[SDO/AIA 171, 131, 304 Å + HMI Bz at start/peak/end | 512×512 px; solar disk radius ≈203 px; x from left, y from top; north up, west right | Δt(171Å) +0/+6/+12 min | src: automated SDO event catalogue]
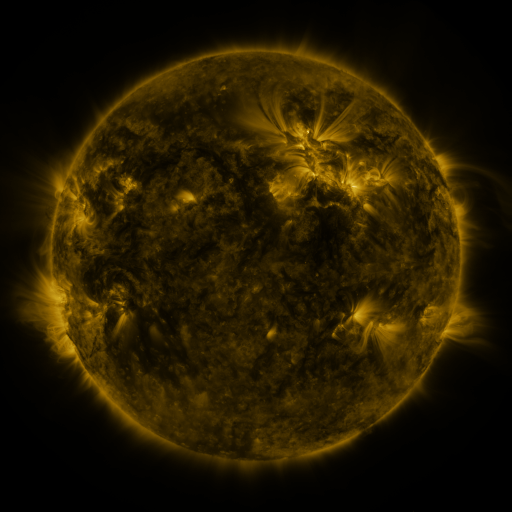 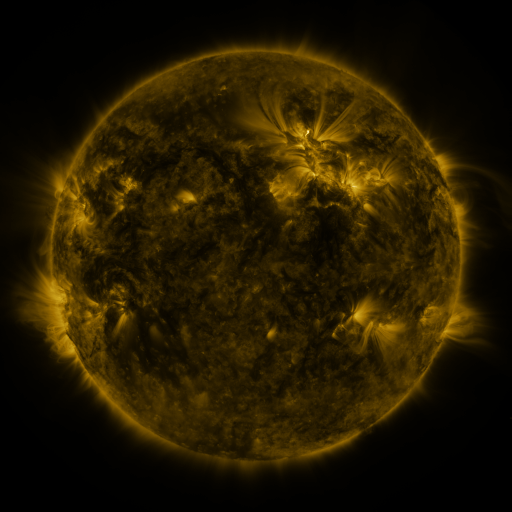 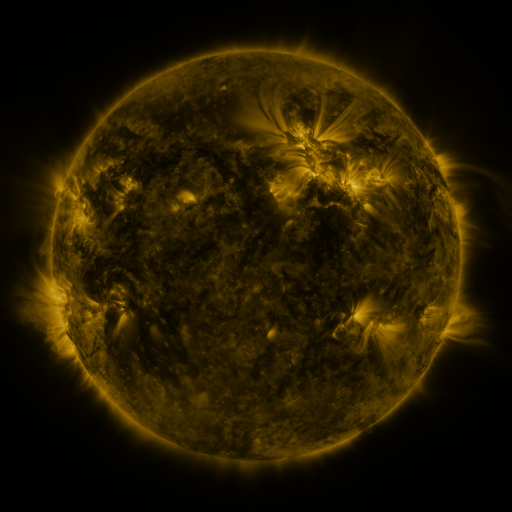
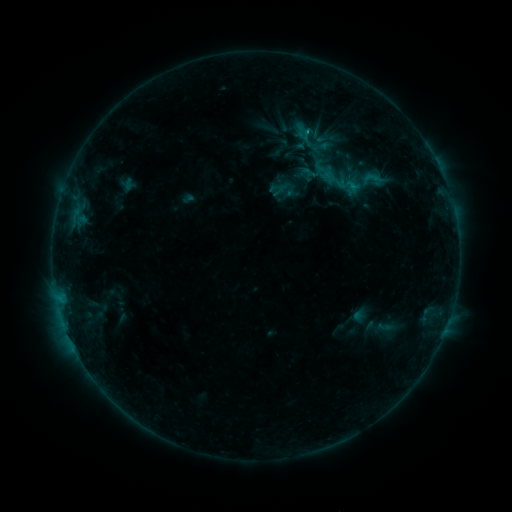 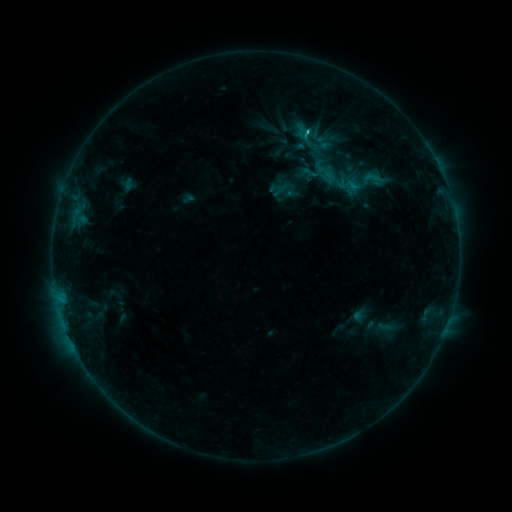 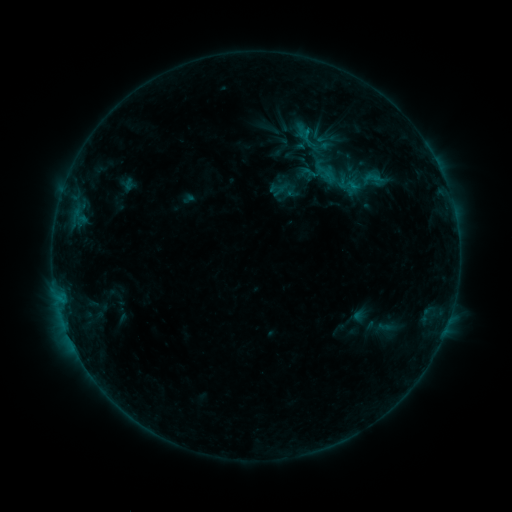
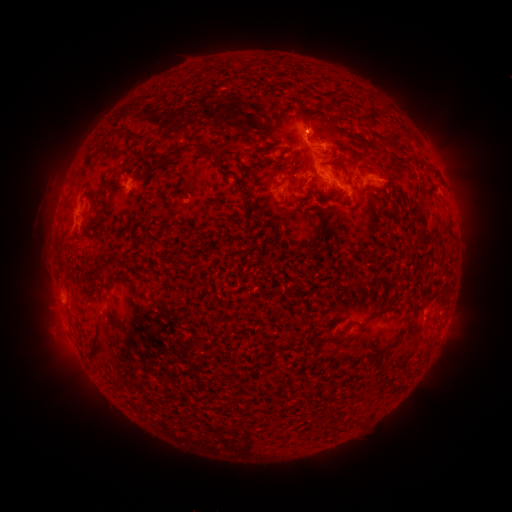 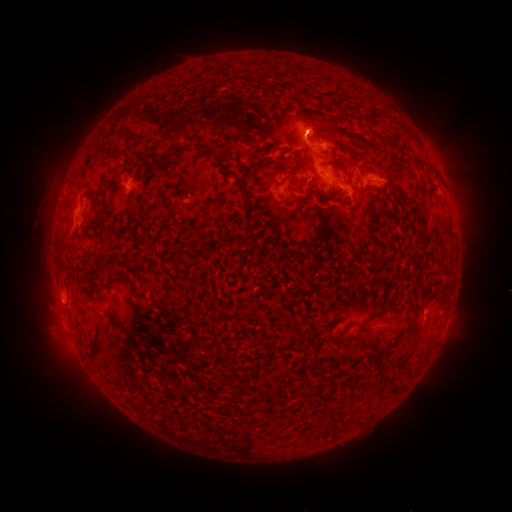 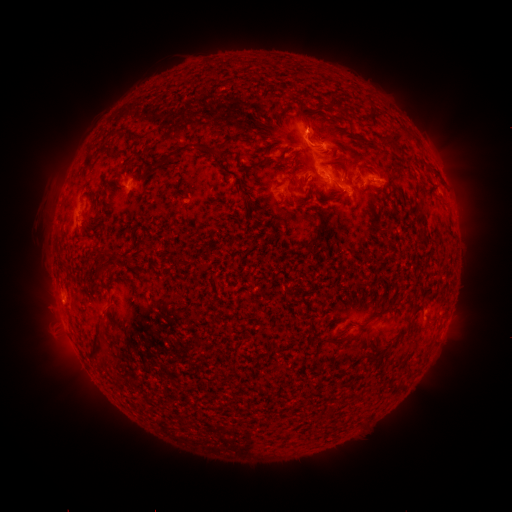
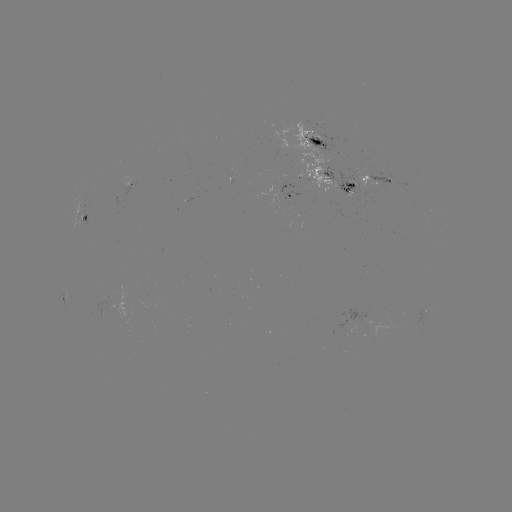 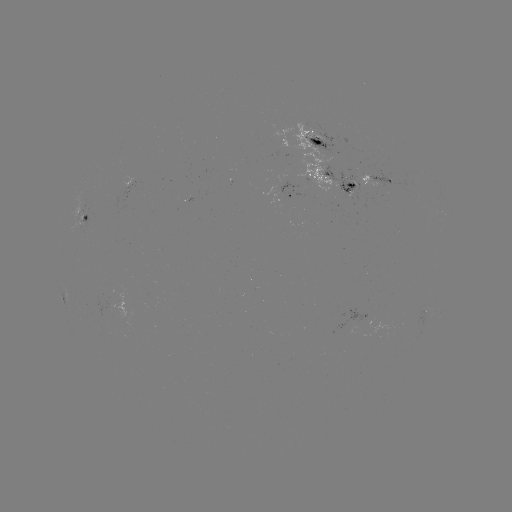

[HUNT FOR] eruption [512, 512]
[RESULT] [57, 205]